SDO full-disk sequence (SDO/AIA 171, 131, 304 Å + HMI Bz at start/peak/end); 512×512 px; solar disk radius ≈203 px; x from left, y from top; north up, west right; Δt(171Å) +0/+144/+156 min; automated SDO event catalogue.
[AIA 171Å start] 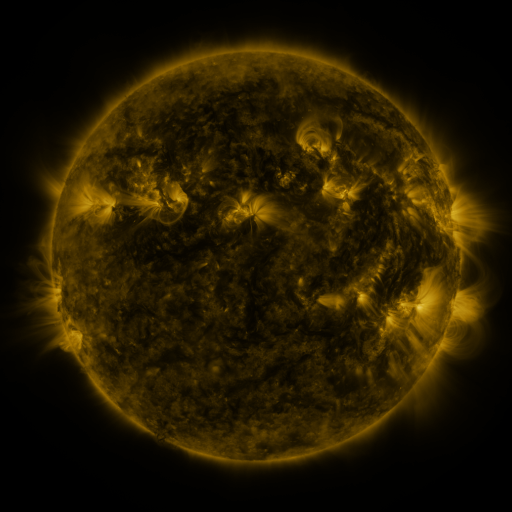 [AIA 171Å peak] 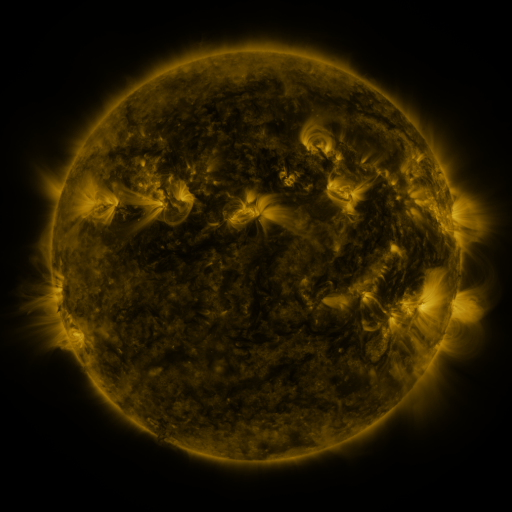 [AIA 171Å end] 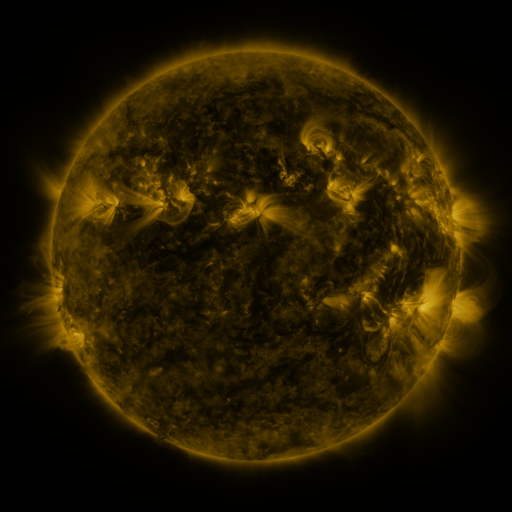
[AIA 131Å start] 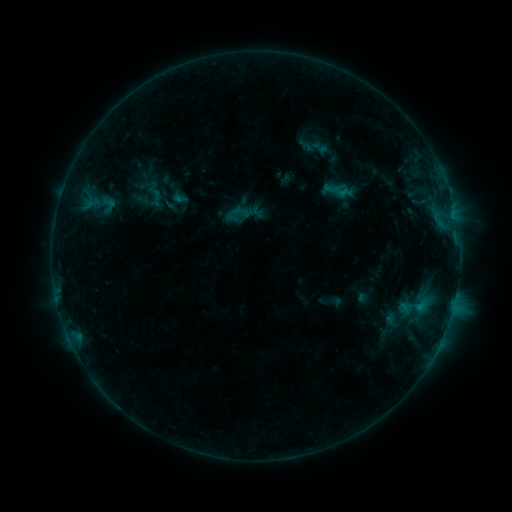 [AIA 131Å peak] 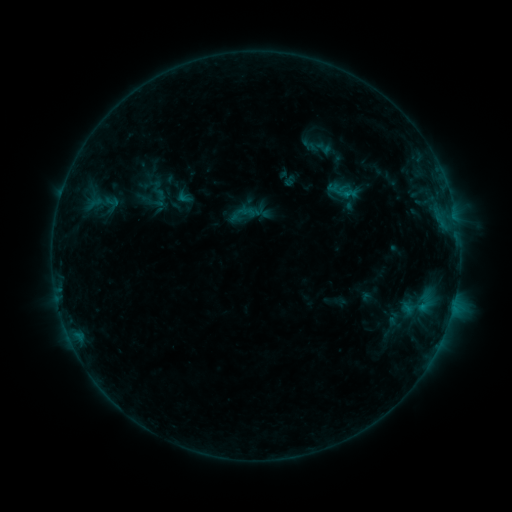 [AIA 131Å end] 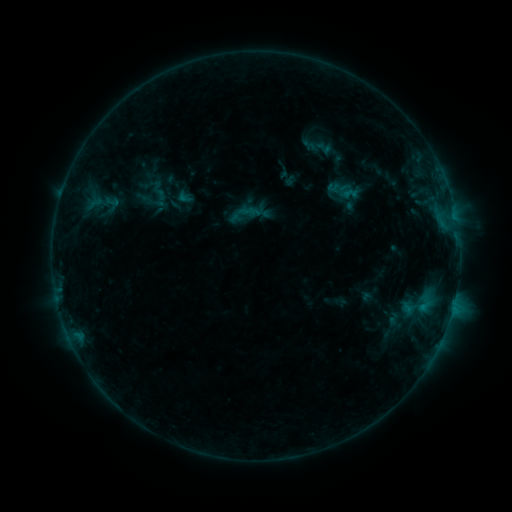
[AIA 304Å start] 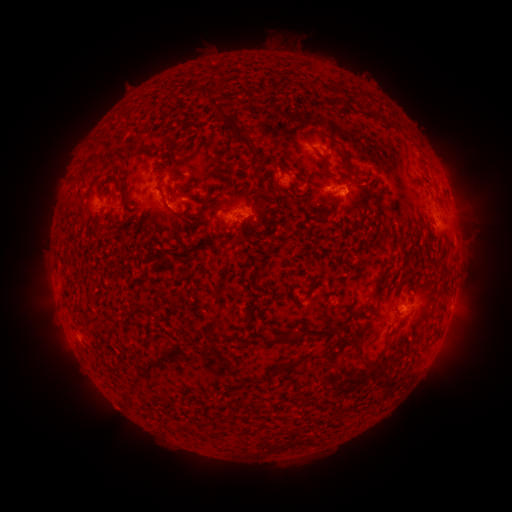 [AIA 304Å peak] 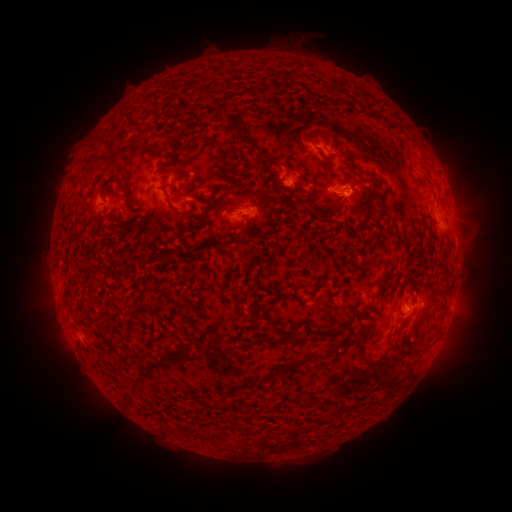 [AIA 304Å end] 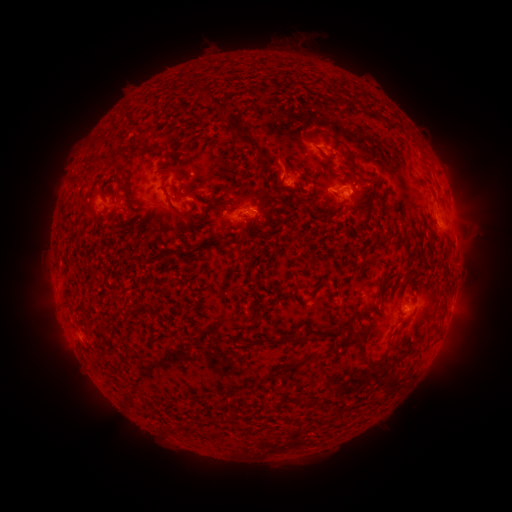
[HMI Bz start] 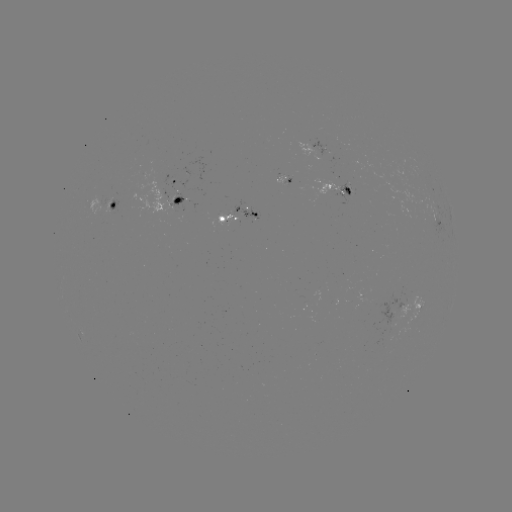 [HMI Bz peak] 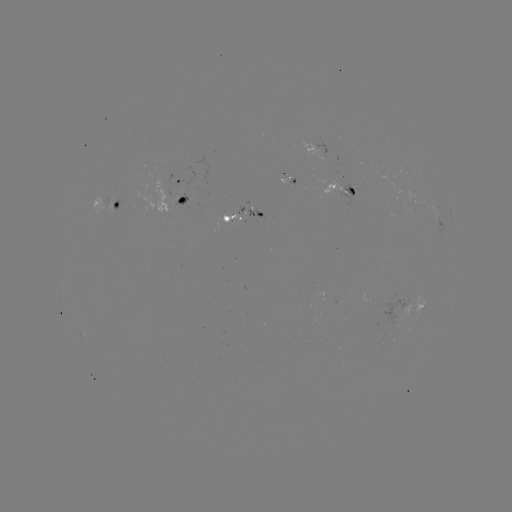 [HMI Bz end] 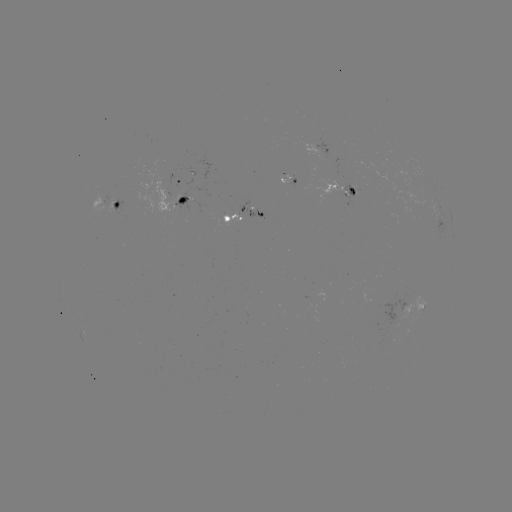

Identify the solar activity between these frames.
emerging-flux region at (352, 195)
